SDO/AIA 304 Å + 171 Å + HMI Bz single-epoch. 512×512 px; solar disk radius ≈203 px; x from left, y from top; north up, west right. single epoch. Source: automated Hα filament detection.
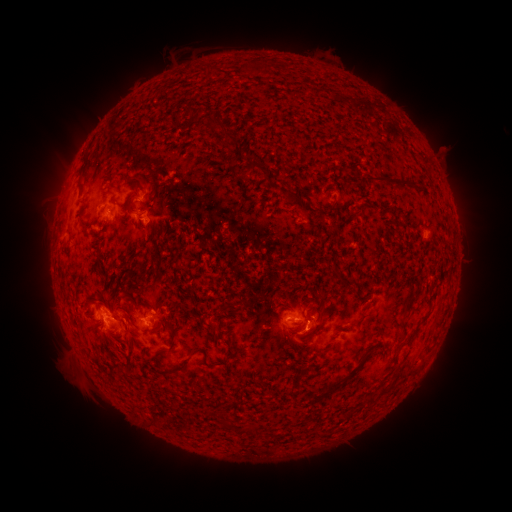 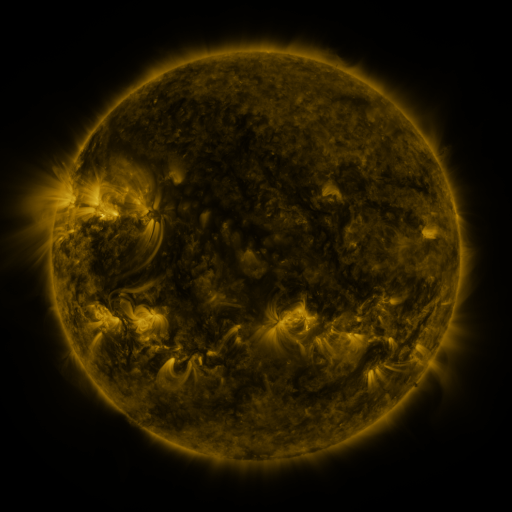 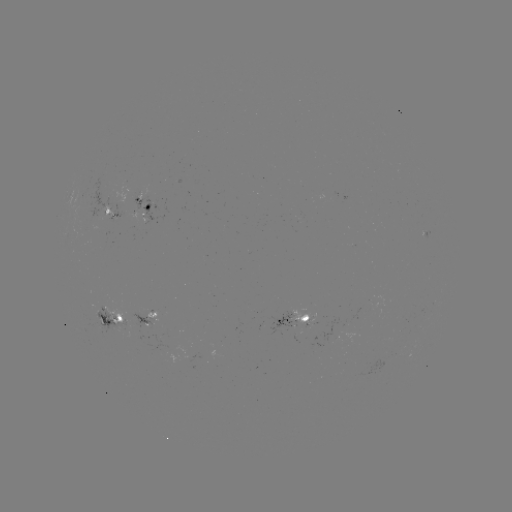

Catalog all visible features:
filament: (262, 66)
filament: (245, 67)
filament: (187, 112)
filament: (214, 123)
filament: (227, 136)
filament: (255, 166)
filament: (392, 179)
filament: (127, 183)
filament: (290, 196)
filament: (128, 205)
filament: (334, 226)
filament: (332, 271)
filament: (319, 294)
filament: (406, 312)
filament: (319, 326)
filament: (175, 332)
filament: (326, 350)
filament: (230, 357)
filament: (188, 359)
filament: (337, 383)
filament: (385, 387)
filament: (294, 388)
filament: (228, 420)
